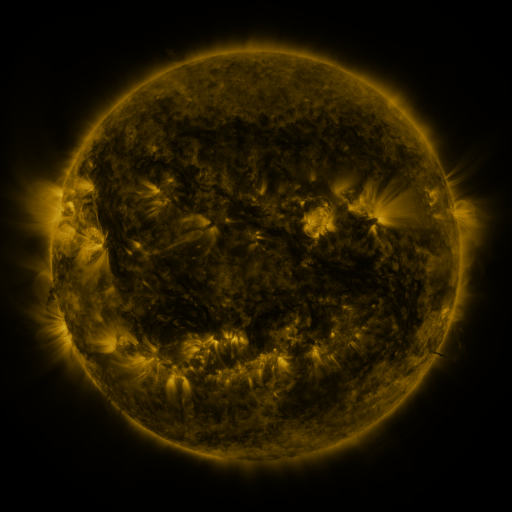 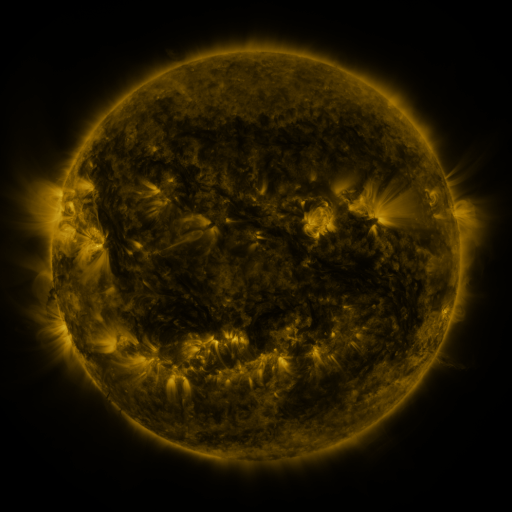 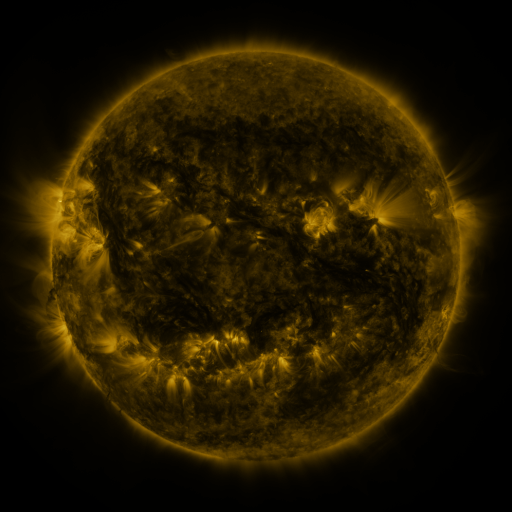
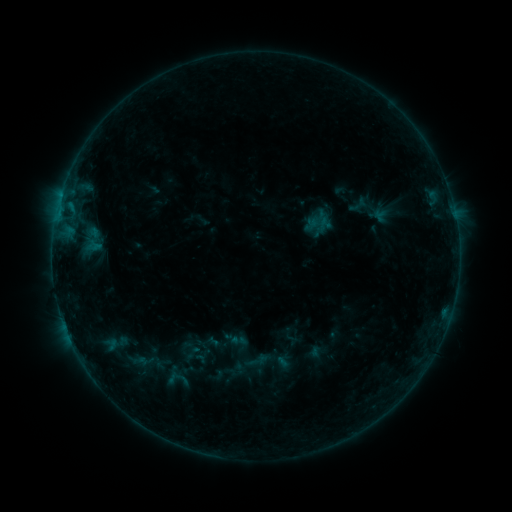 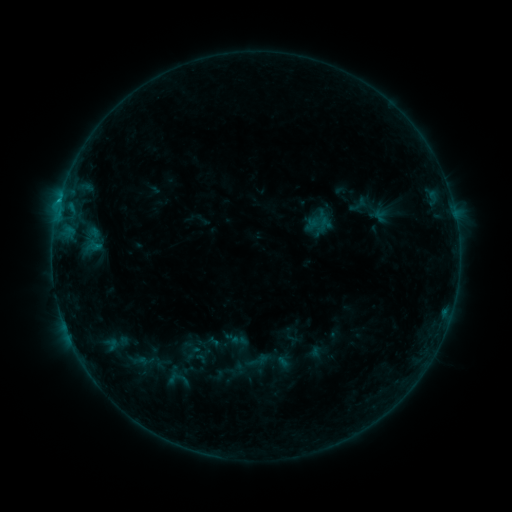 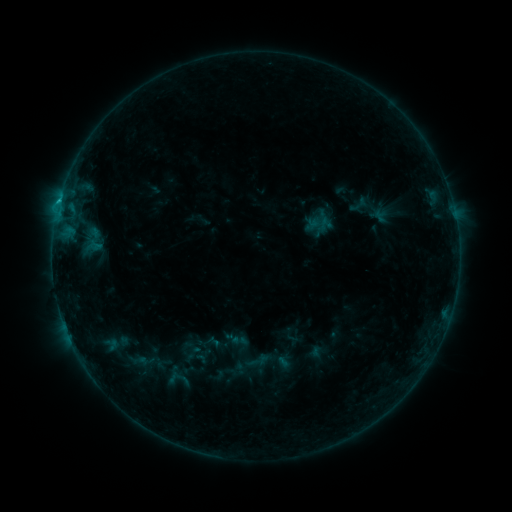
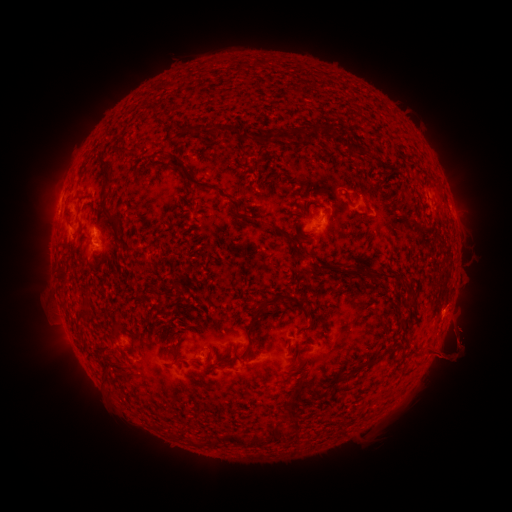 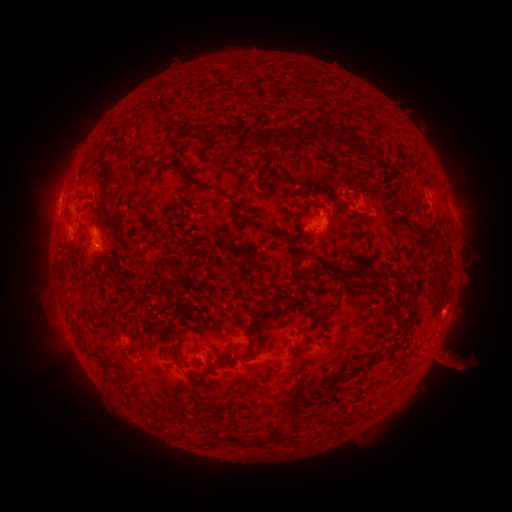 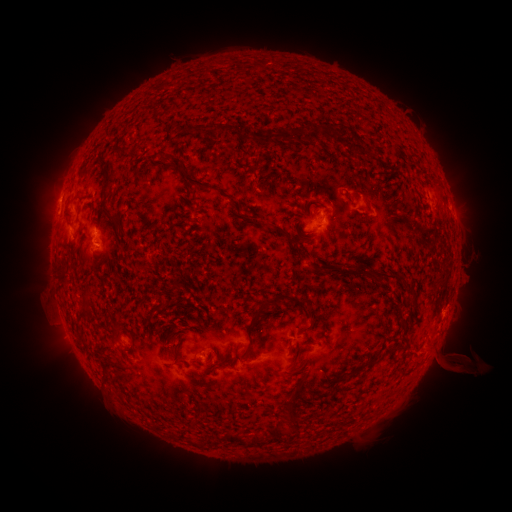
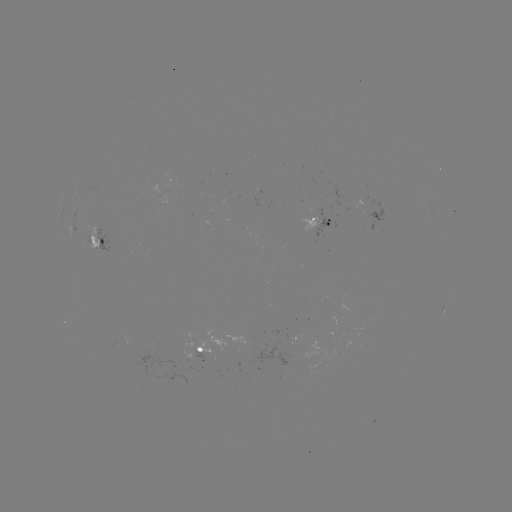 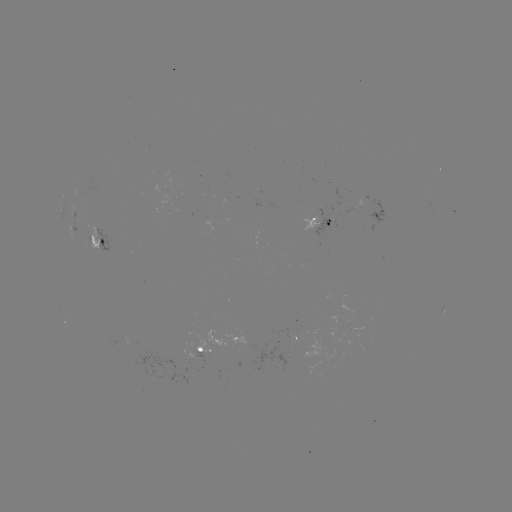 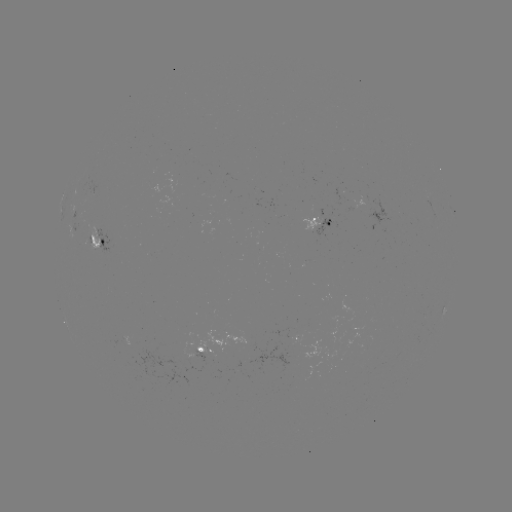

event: eruption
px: (461, 363)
